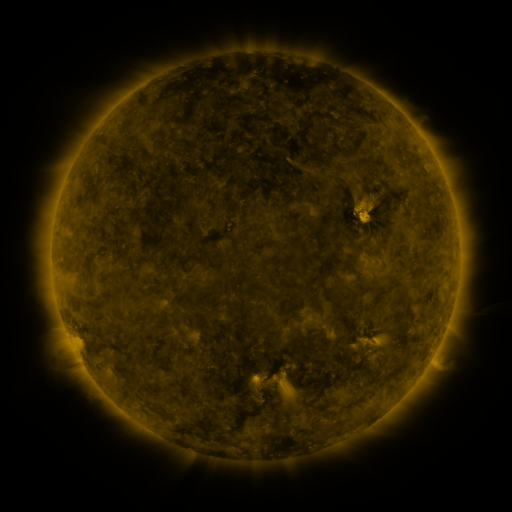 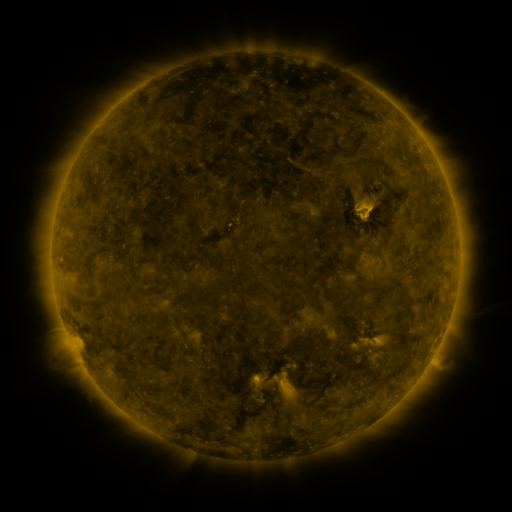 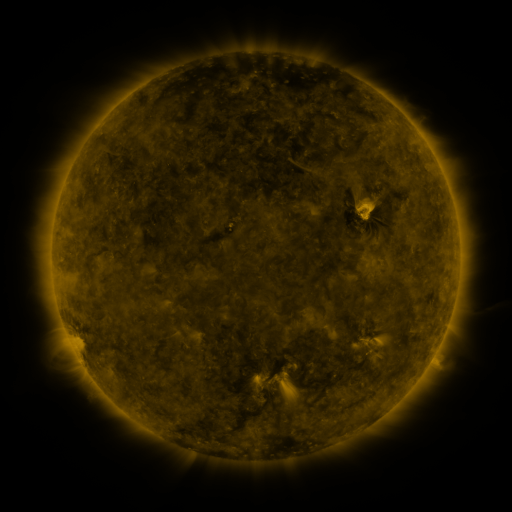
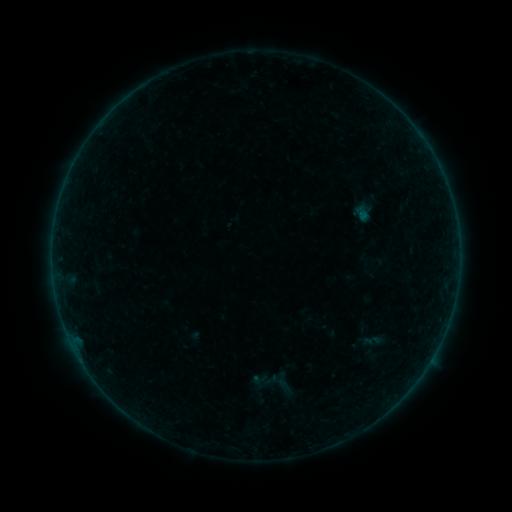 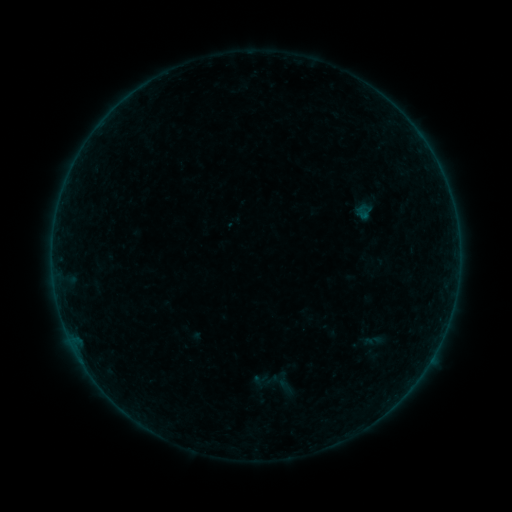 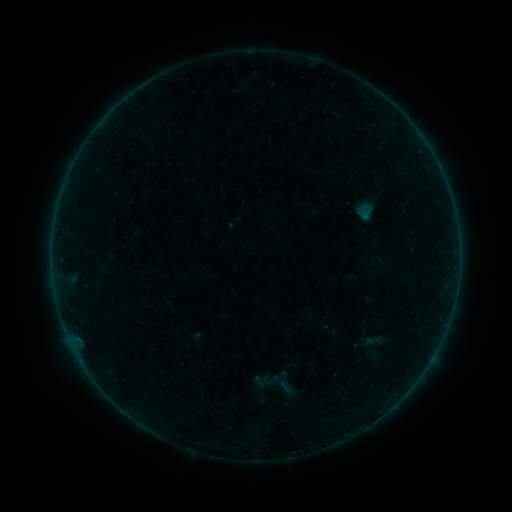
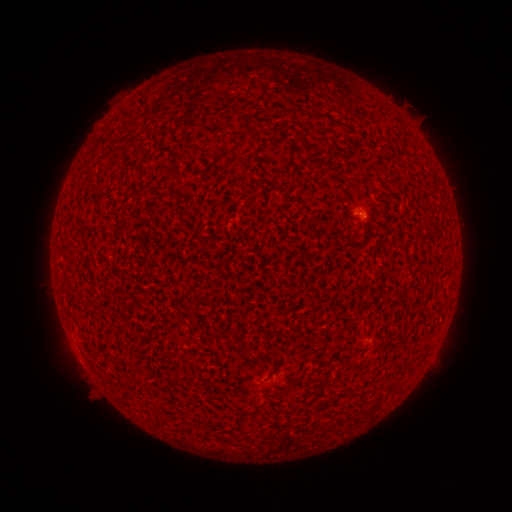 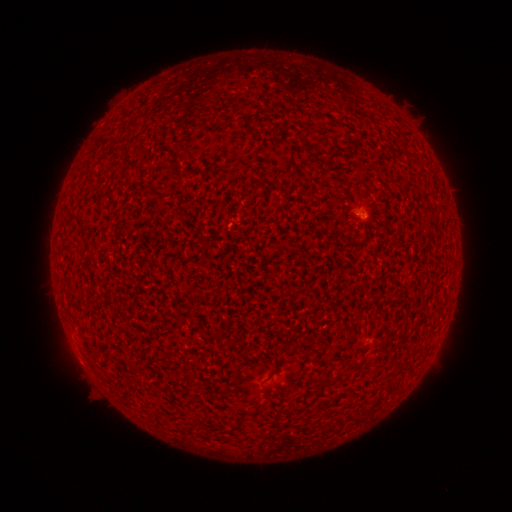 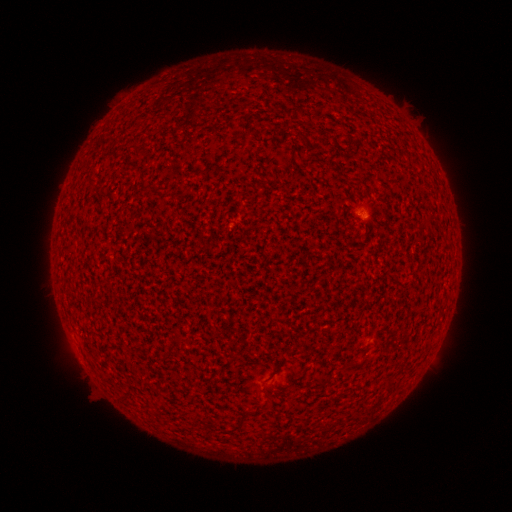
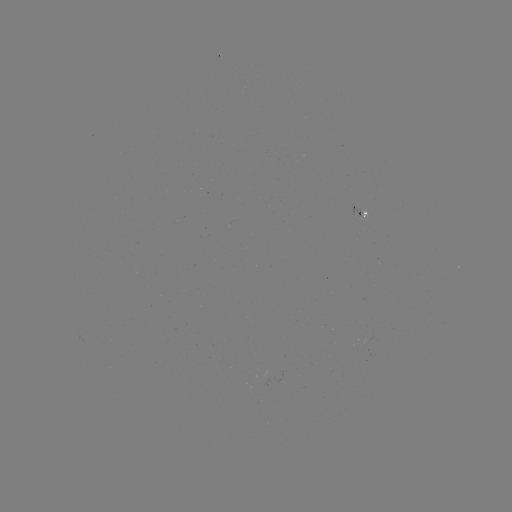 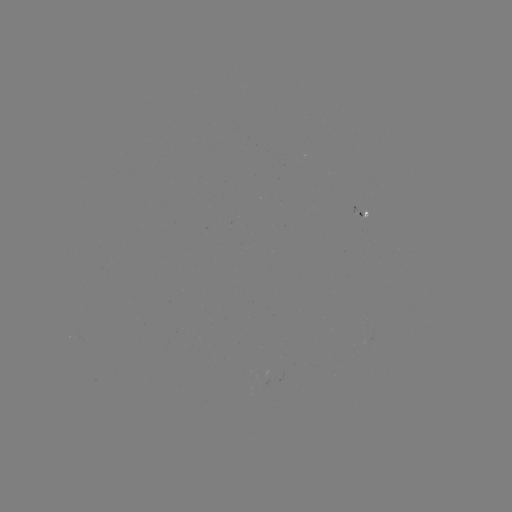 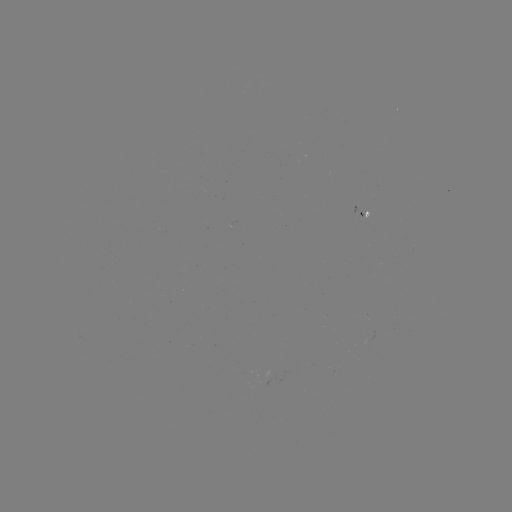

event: flare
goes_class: A3.0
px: (365, 219)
